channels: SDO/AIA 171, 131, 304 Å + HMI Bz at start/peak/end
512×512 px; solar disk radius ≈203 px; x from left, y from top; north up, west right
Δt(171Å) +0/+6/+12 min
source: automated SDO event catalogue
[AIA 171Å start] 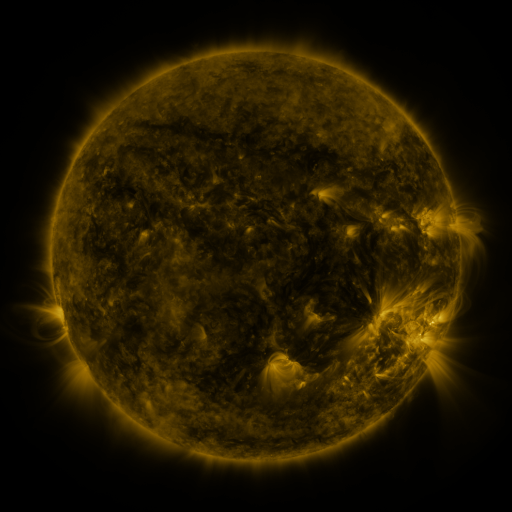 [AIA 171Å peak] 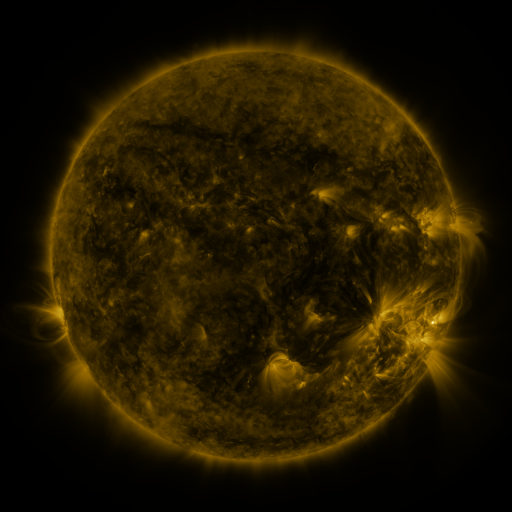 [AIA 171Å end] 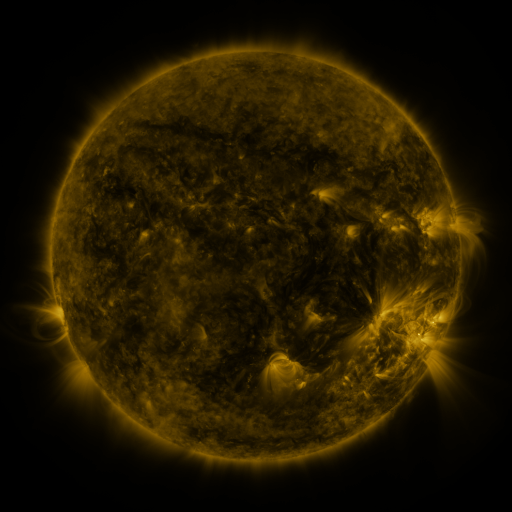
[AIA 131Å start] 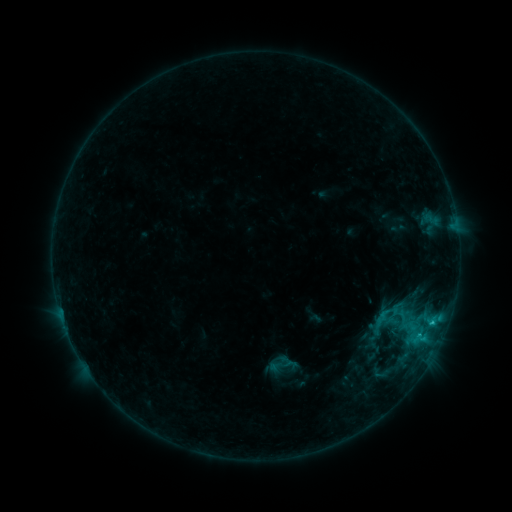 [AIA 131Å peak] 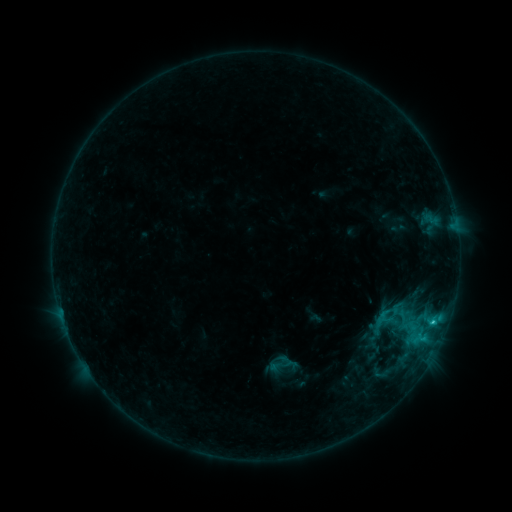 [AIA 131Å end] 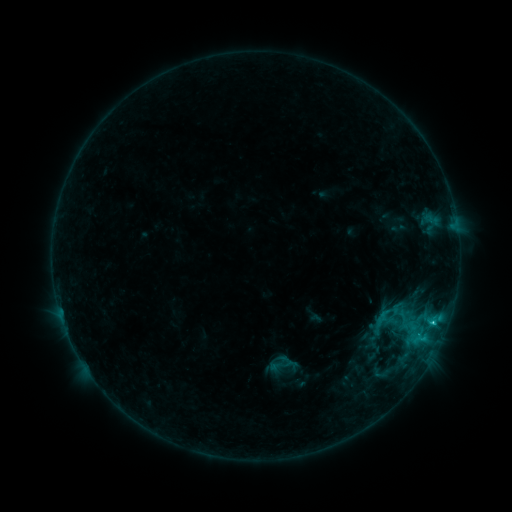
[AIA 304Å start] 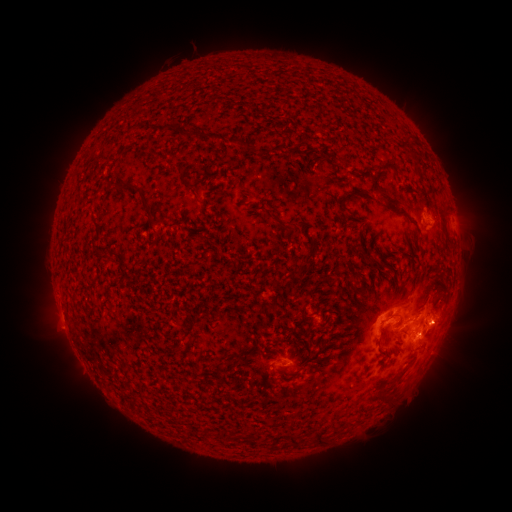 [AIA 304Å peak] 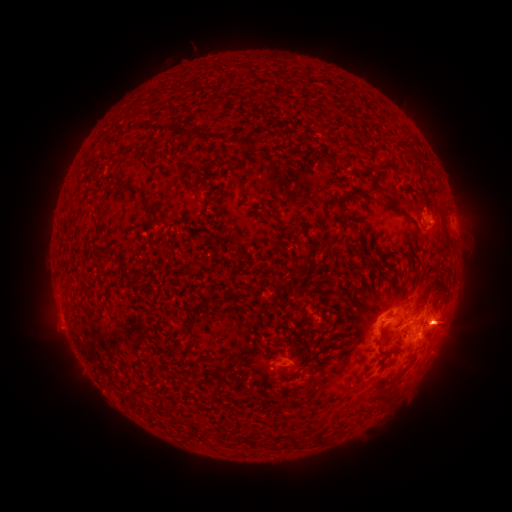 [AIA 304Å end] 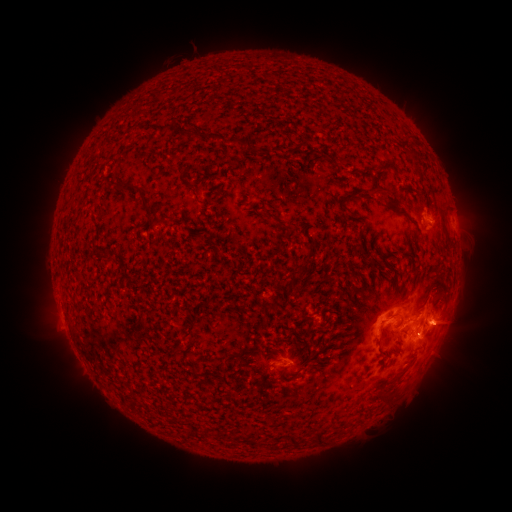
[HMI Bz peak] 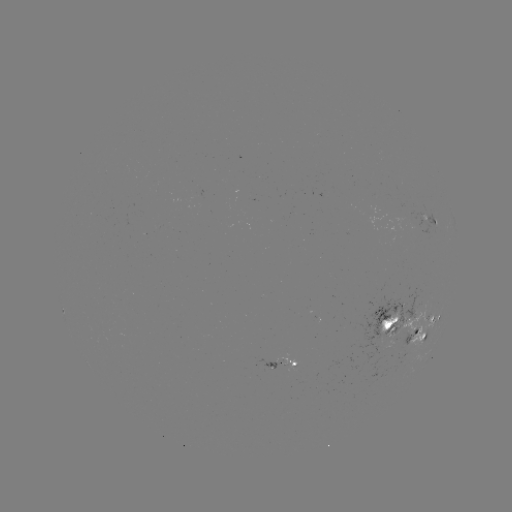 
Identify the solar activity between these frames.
C2.8 flare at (433, 321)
